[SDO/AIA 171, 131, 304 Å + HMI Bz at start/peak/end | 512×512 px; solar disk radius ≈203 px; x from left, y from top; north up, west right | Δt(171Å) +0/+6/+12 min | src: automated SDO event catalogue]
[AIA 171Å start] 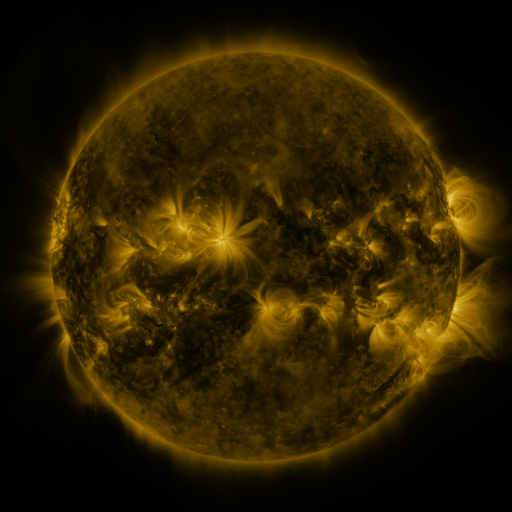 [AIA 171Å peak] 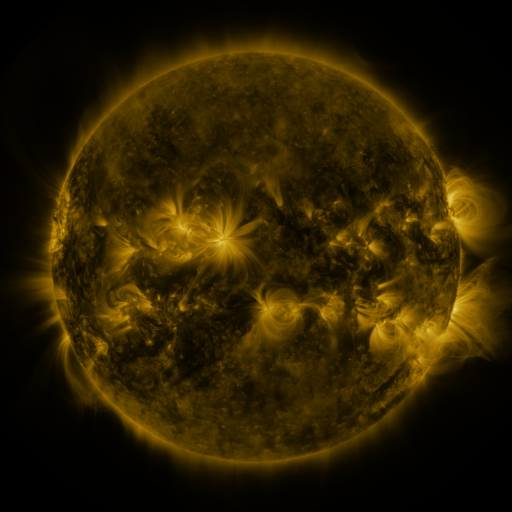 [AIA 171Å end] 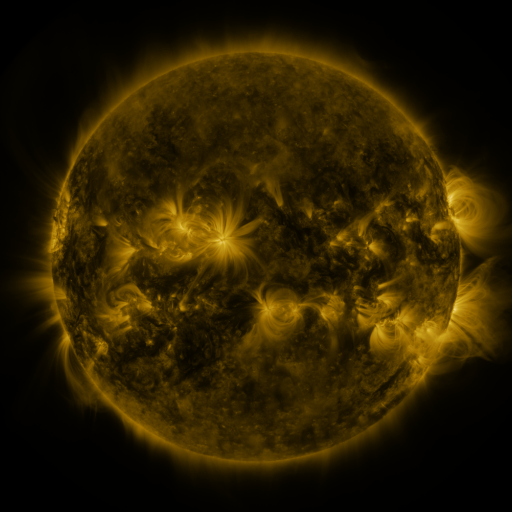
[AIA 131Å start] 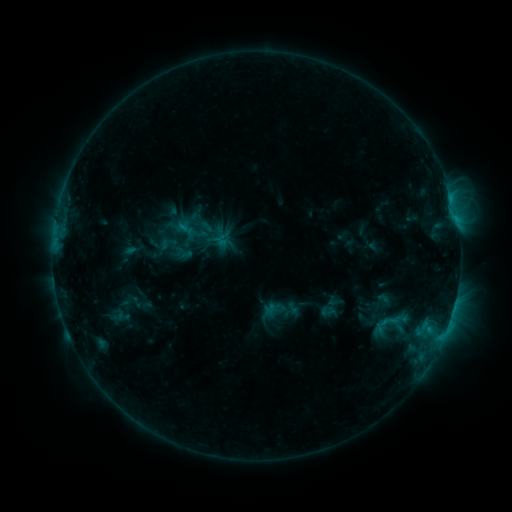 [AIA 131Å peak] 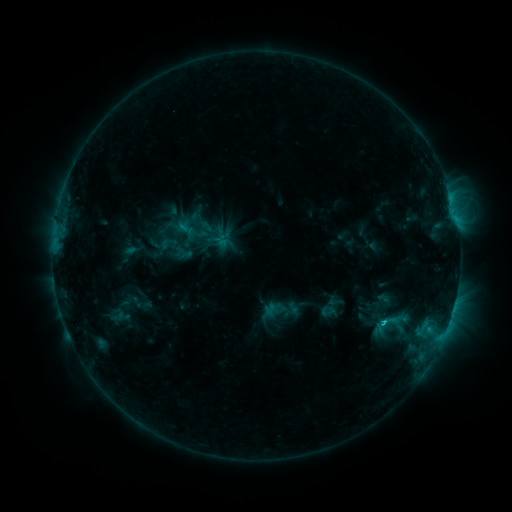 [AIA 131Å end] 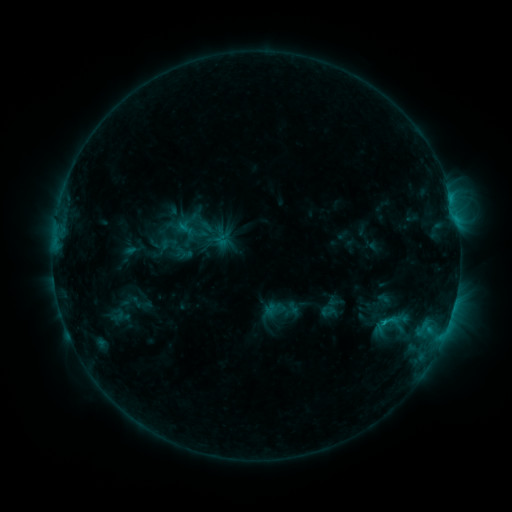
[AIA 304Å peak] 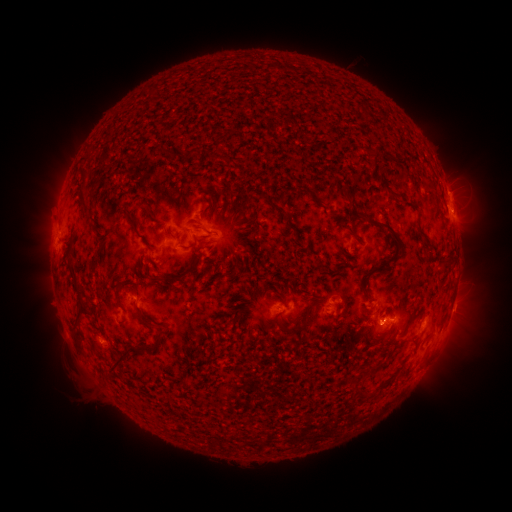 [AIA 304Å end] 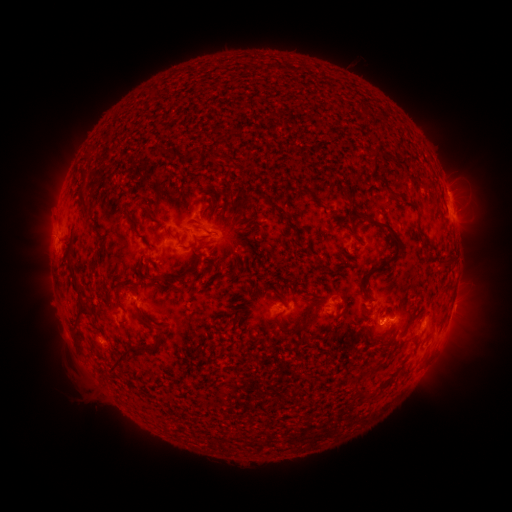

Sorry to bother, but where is C1.2 flare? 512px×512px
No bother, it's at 383,320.